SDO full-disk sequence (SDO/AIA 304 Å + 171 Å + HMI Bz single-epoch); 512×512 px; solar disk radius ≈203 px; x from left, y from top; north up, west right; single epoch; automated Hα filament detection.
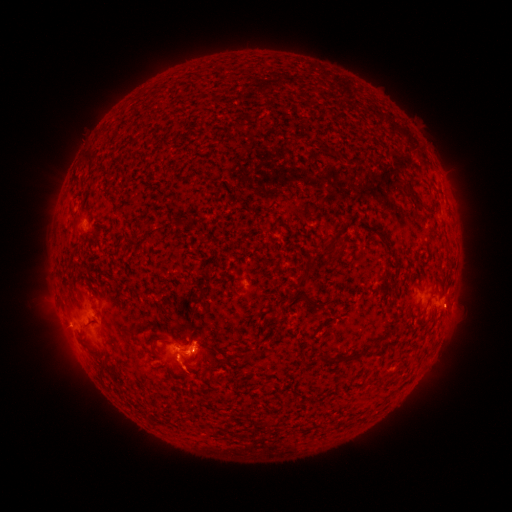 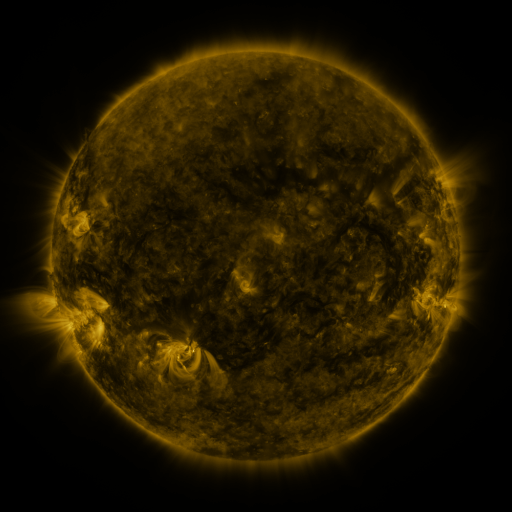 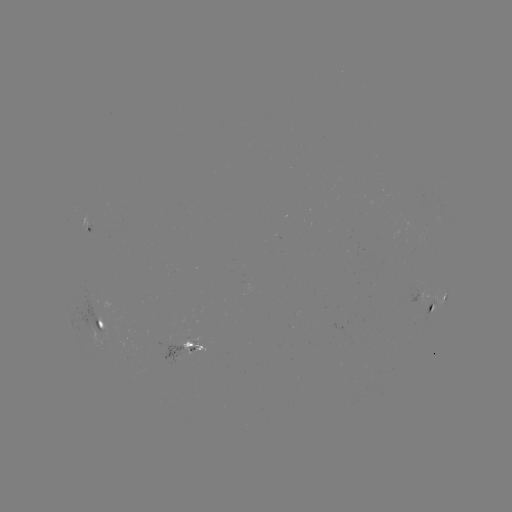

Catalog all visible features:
filament: [406, 191, 435, 217]
filament: [348, 241, 358, 247]
filament: [292, 273, 310, 289]
filament: [299, 293, 323, 309]
filament: [318, 349, 367, 365]
filament: [381, 368, 397, 379]
